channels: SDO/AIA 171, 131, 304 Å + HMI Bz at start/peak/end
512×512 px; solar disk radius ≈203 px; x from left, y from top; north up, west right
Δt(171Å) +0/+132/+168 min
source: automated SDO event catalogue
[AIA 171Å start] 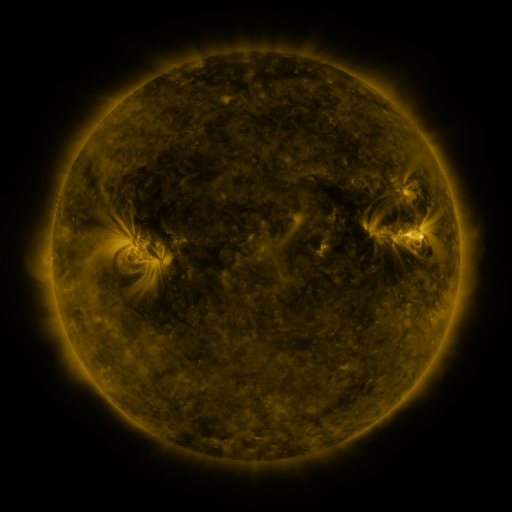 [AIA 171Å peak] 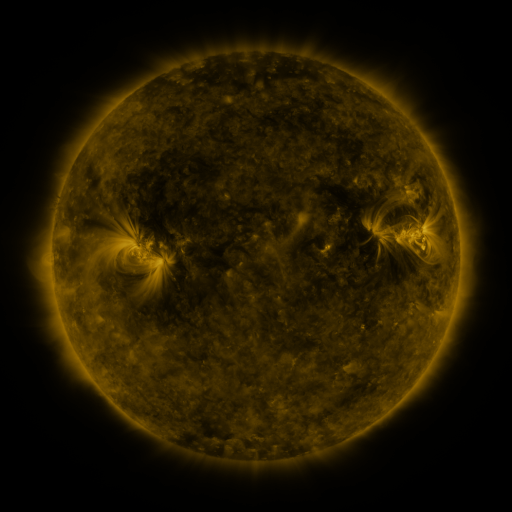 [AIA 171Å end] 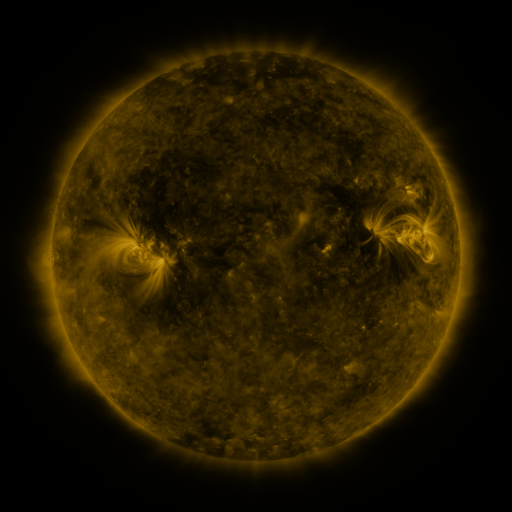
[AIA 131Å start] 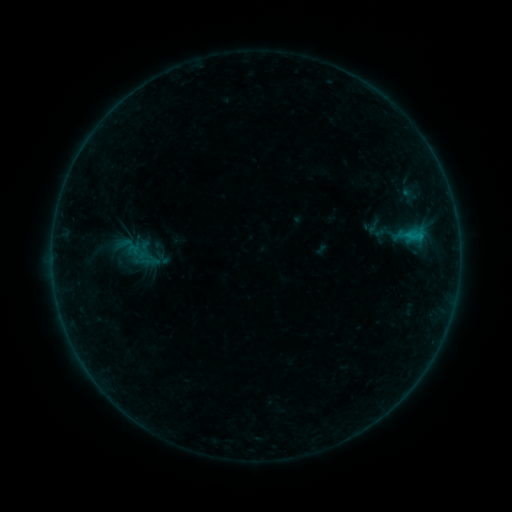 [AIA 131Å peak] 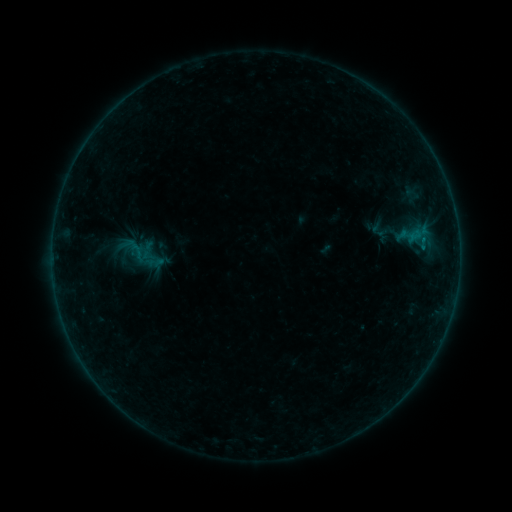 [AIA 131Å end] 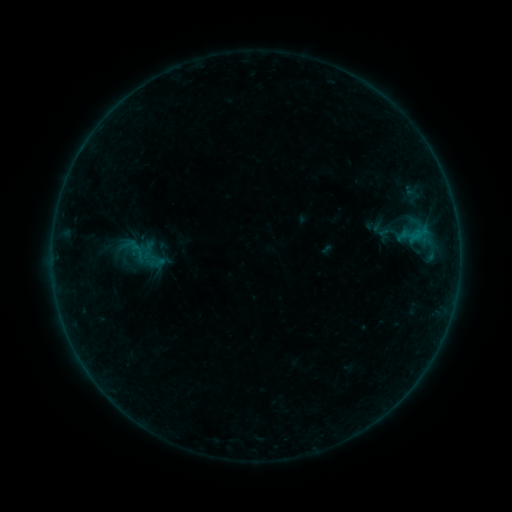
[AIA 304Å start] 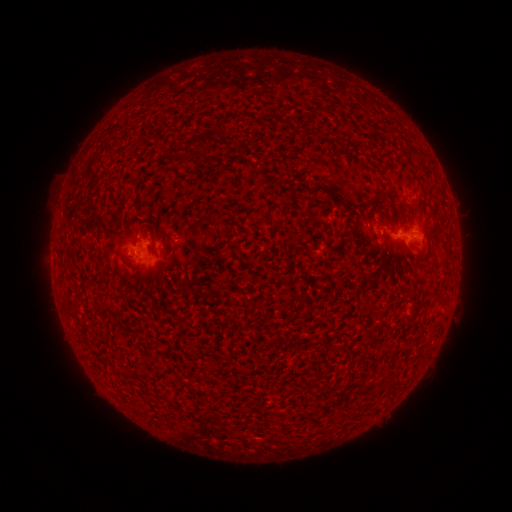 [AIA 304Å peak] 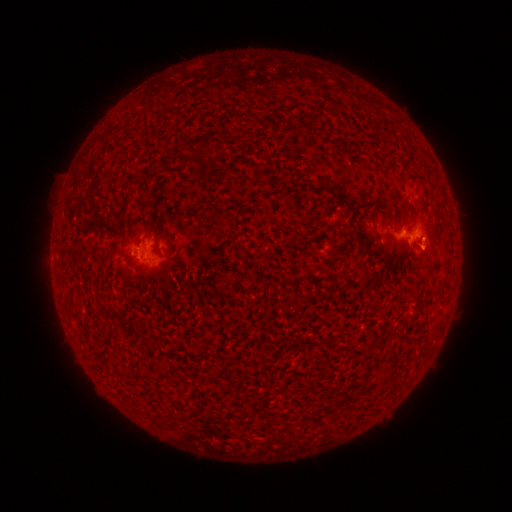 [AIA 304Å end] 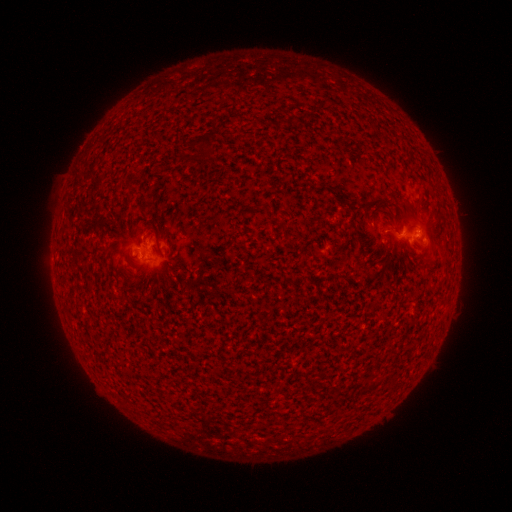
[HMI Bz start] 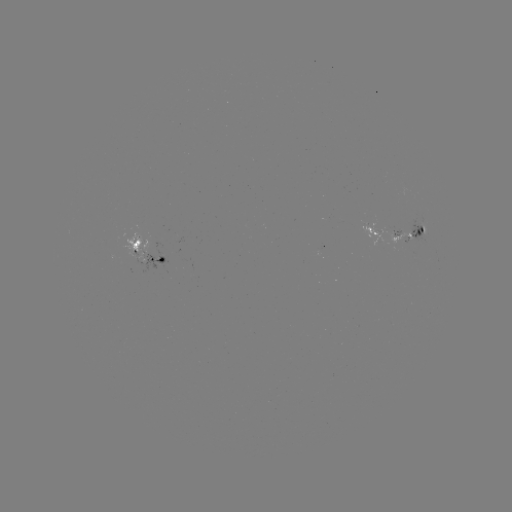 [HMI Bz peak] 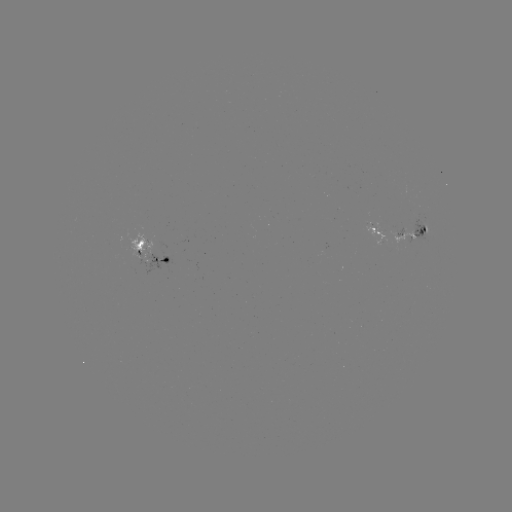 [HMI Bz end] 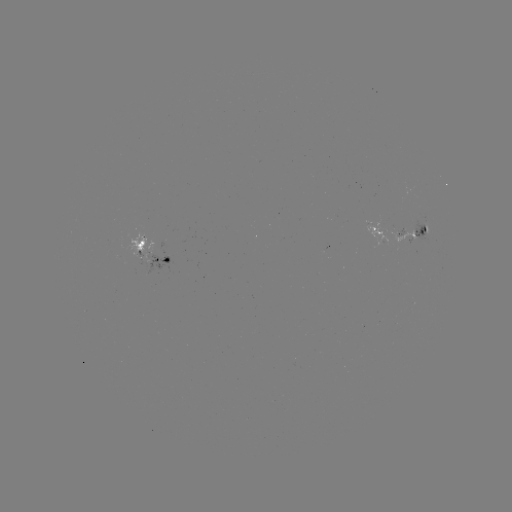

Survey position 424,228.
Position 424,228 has emerging-flux region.